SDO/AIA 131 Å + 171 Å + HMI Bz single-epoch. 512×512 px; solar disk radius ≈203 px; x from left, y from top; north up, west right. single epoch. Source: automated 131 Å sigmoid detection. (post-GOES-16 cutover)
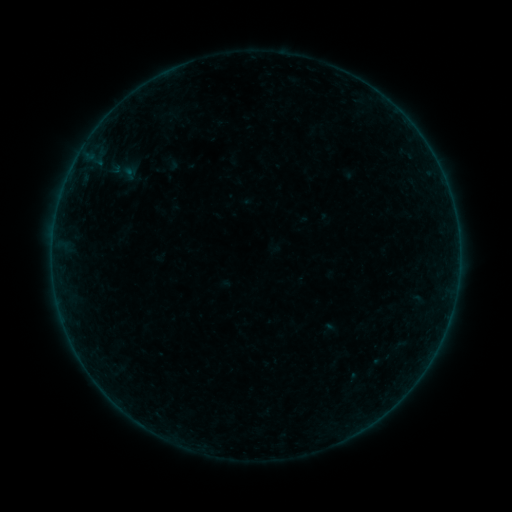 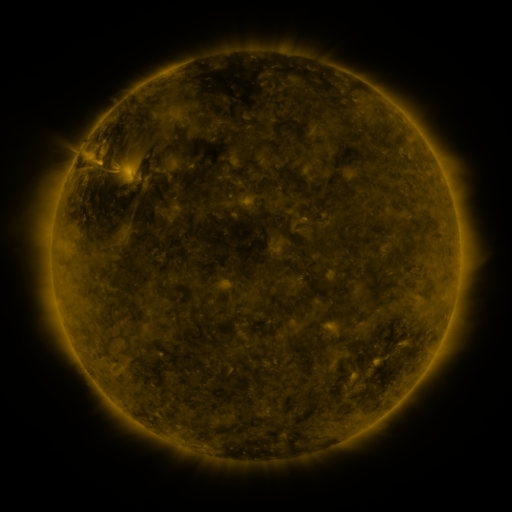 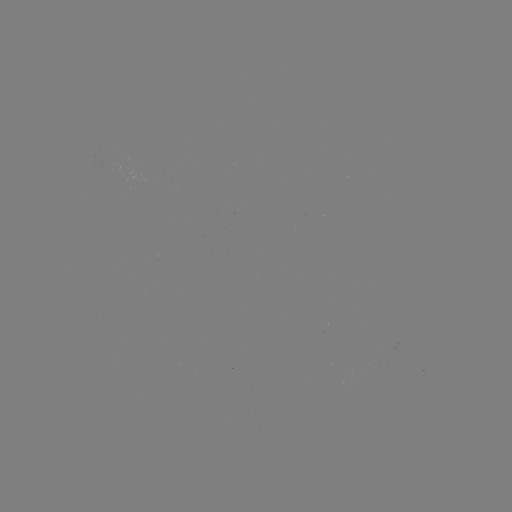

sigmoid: (108, 153, 139, 189)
